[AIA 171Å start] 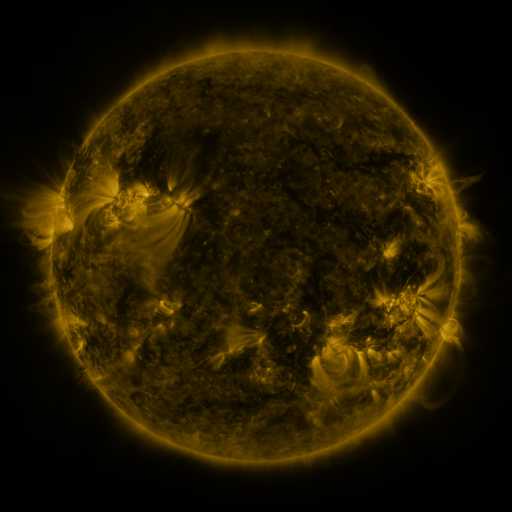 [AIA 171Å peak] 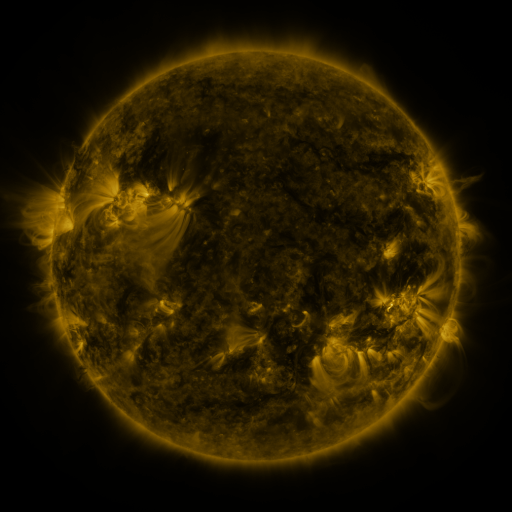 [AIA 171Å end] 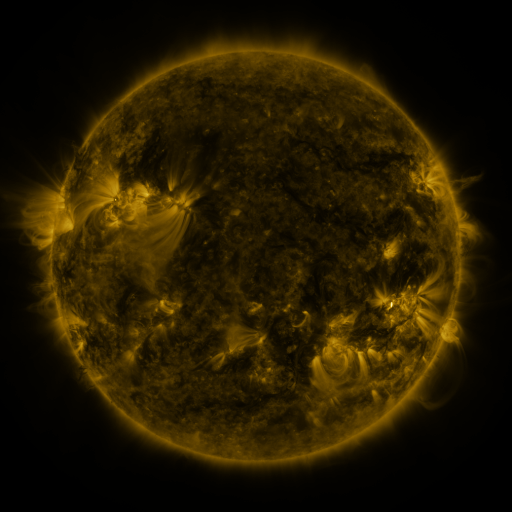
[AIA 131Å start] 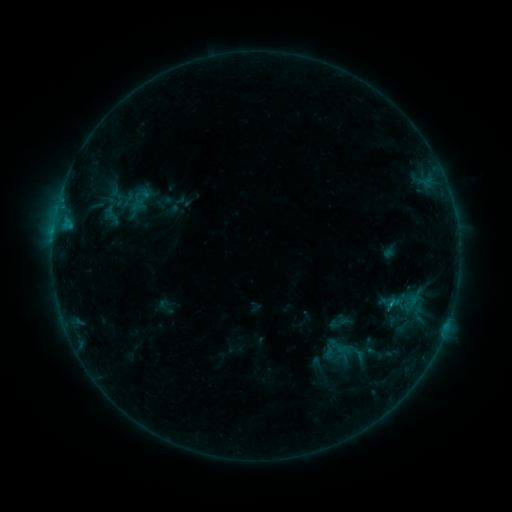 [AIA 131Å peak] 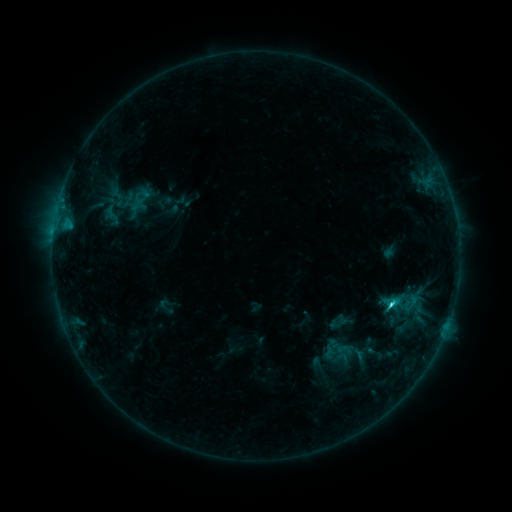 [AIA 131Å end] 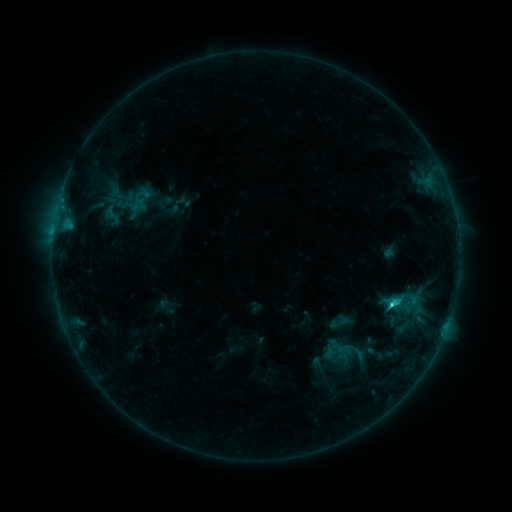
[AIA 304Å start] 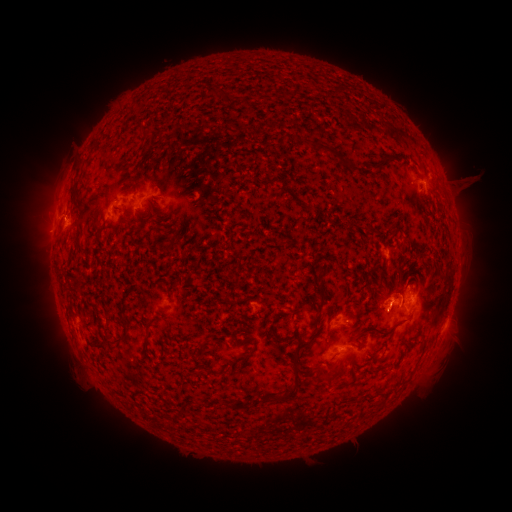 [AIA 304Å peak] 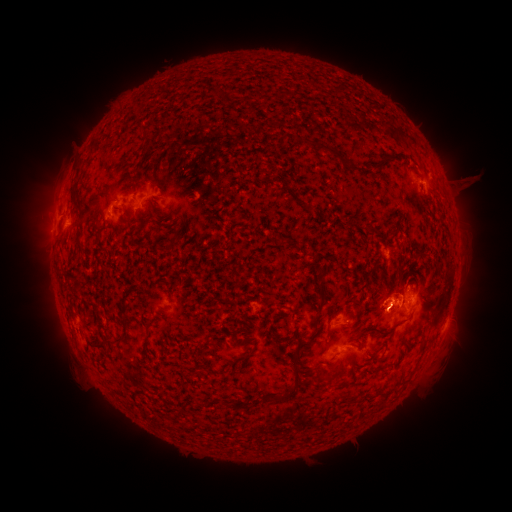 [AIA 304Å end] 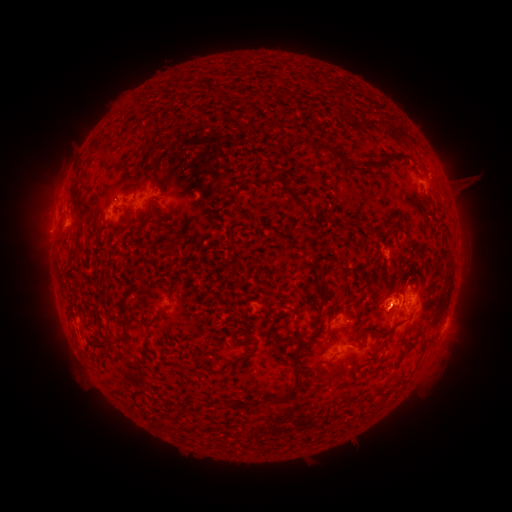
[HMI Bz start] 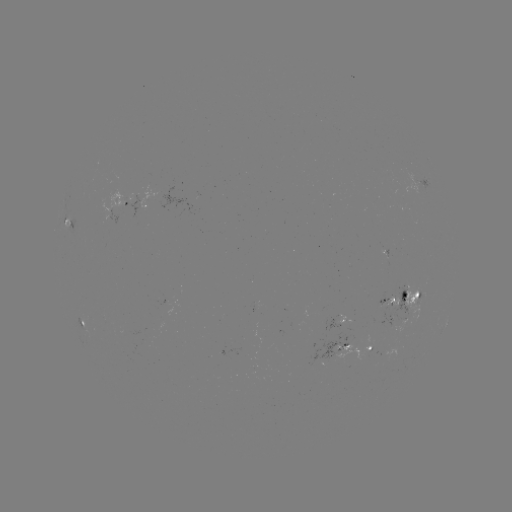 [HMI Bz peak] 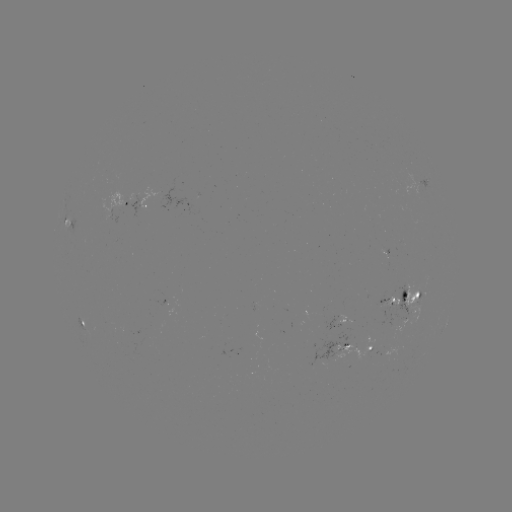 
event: flare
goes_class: C1.8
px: (390, 302)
